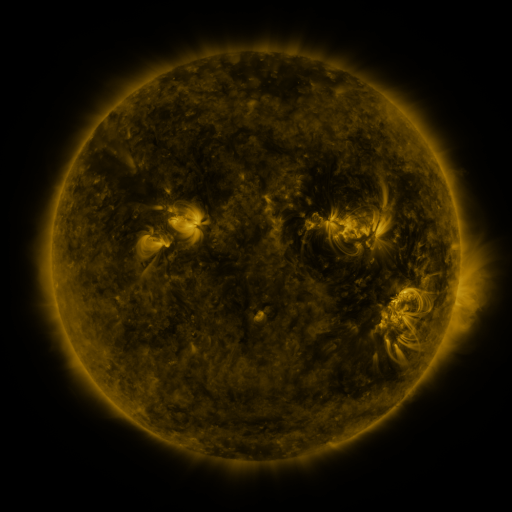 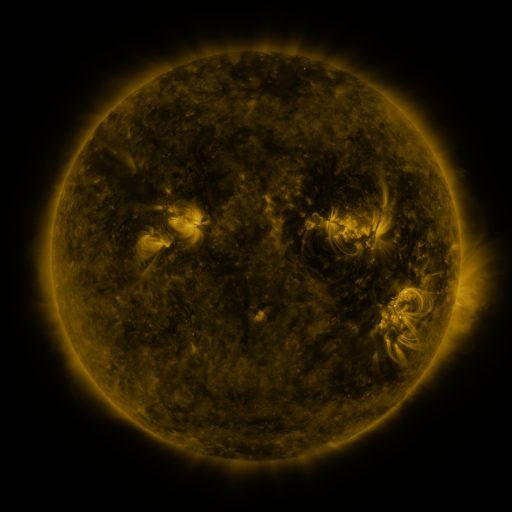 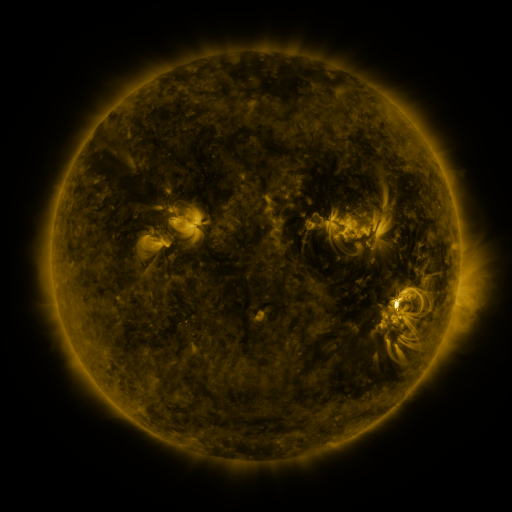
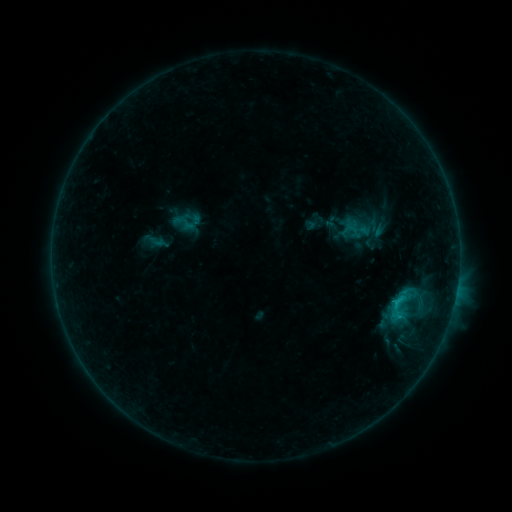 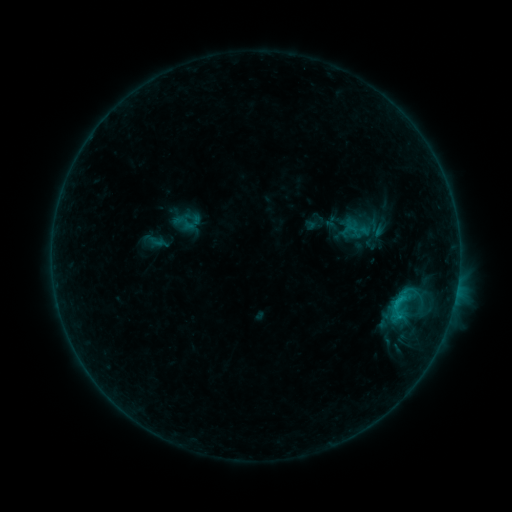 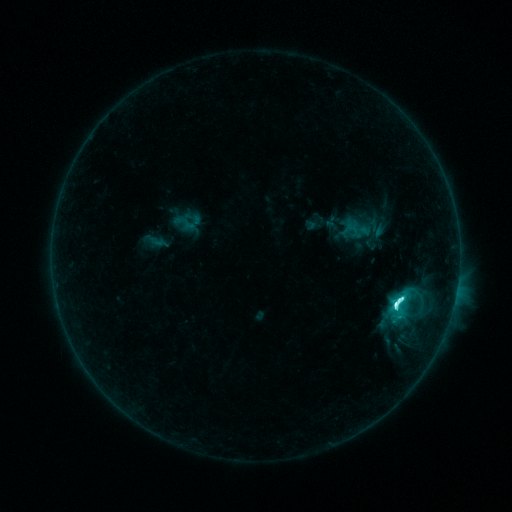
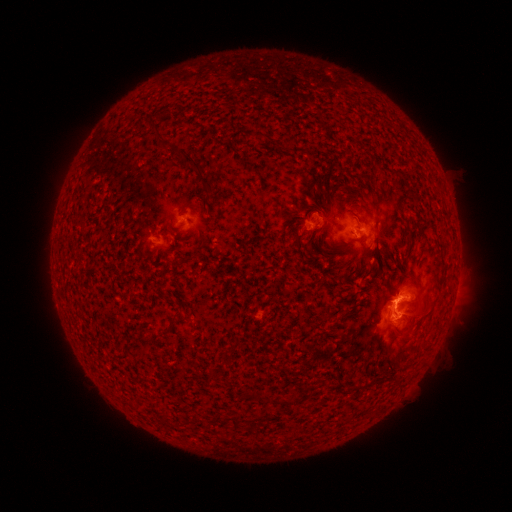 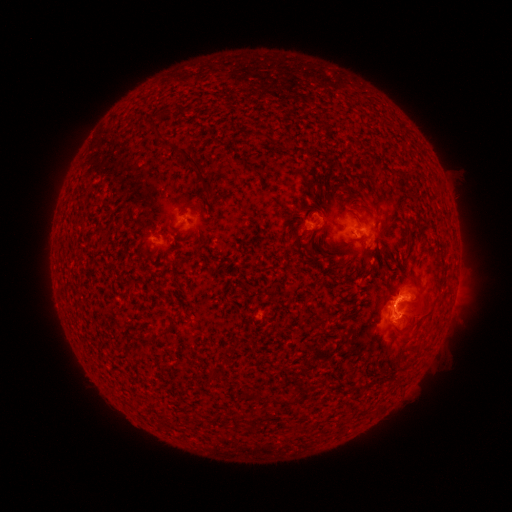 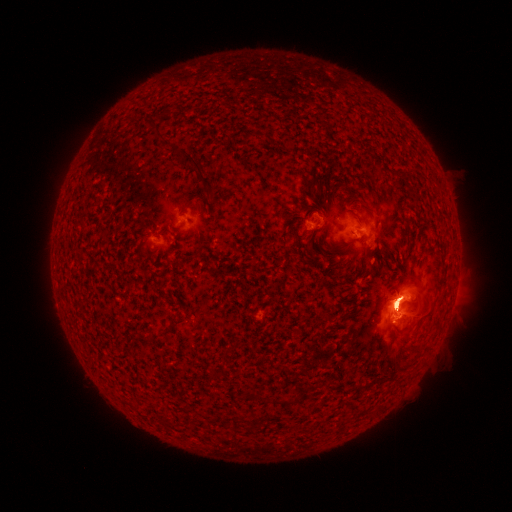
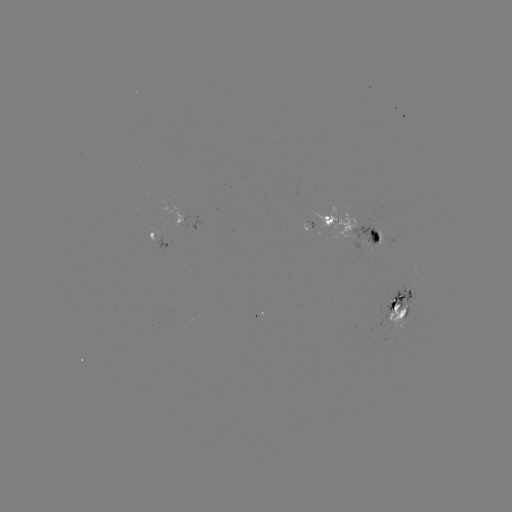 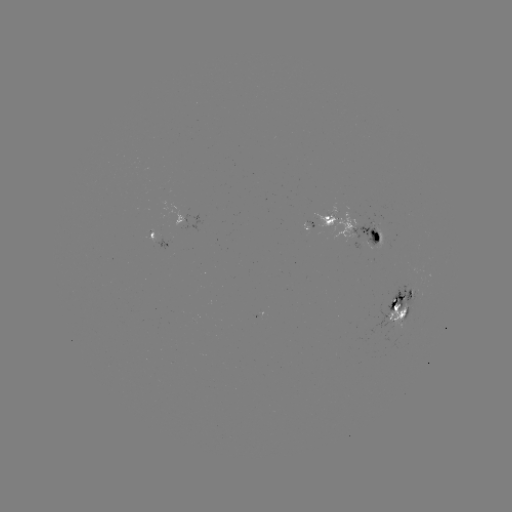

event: flare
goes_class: M2.4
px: (396, 302)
